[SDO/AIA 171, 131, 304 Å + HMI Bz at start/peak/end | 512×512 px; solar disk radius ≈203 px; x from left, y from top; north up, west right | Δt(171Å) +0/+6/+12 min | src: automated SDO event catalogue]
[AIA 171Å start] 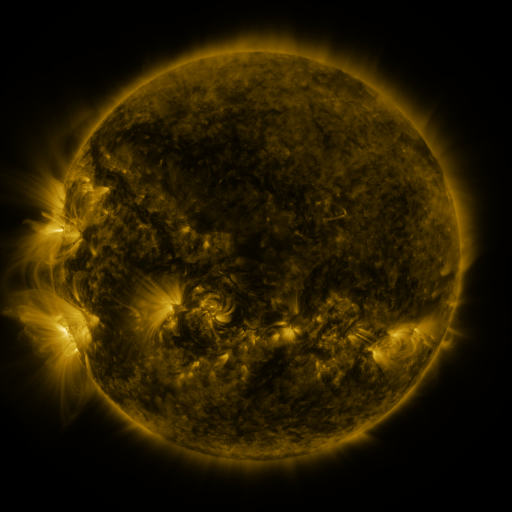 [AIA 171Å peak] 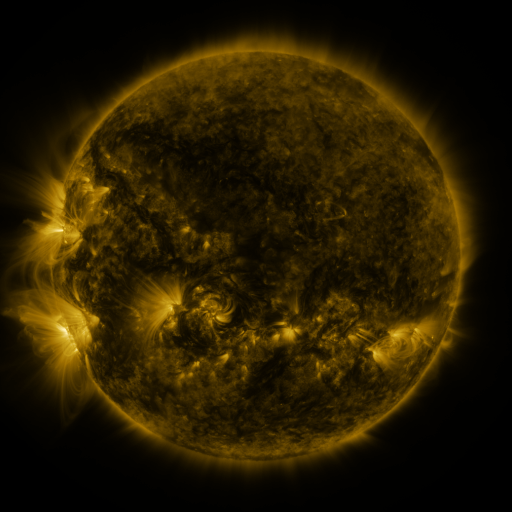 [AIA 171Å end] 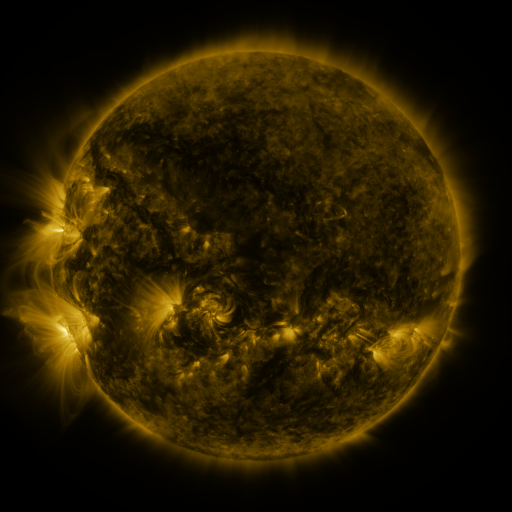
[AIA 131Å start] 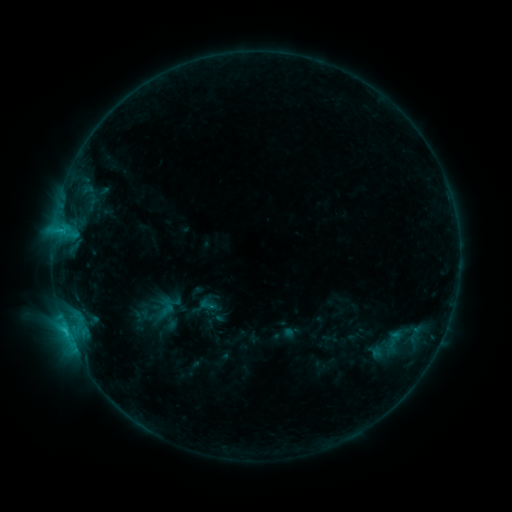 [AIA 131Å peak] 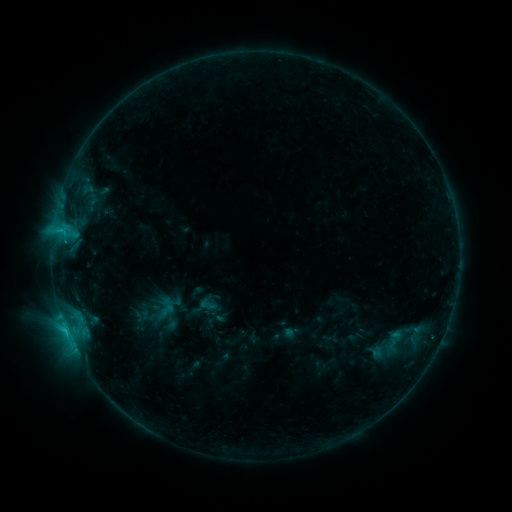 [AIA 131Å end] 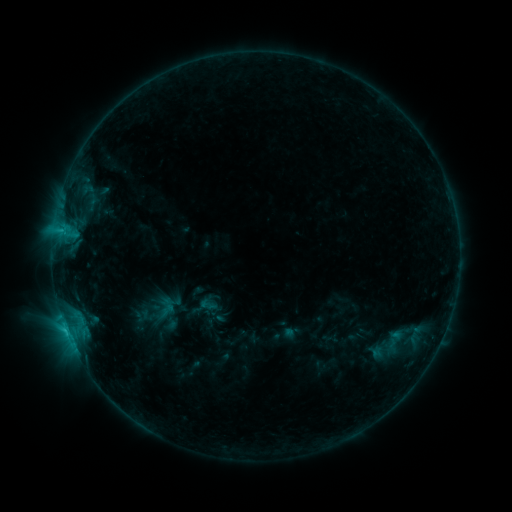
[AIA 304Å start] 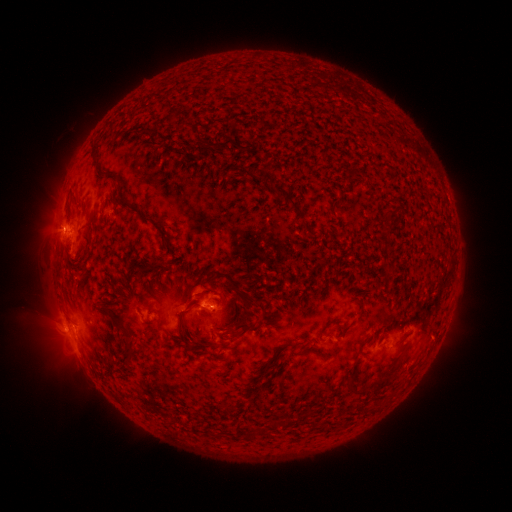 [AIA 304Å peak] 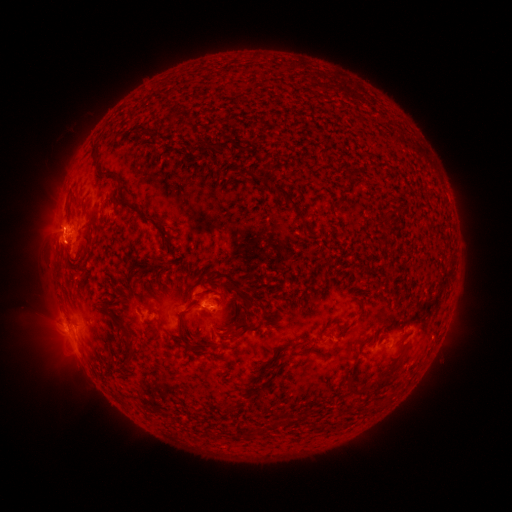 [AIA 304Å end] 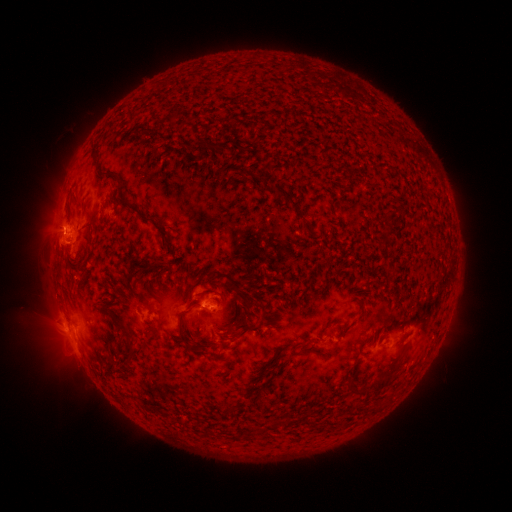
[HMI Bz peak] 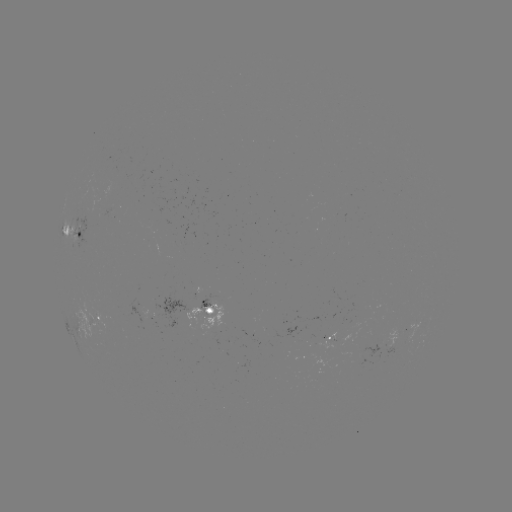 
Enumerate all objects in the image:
eruption: (58, 247)
